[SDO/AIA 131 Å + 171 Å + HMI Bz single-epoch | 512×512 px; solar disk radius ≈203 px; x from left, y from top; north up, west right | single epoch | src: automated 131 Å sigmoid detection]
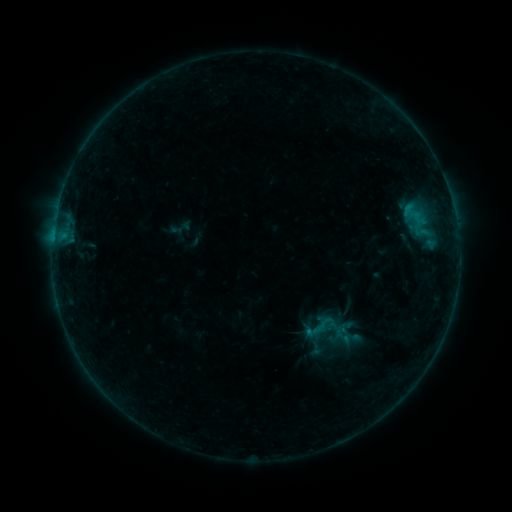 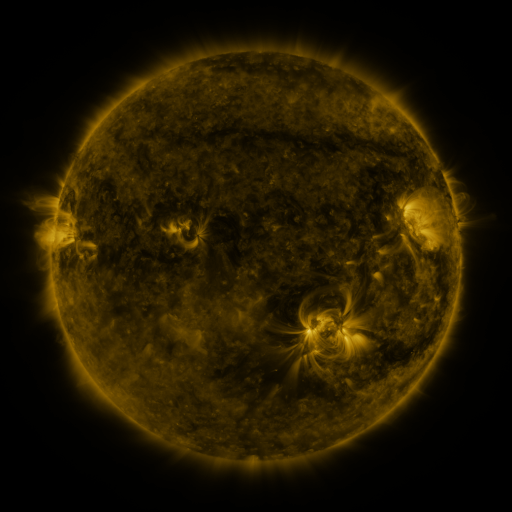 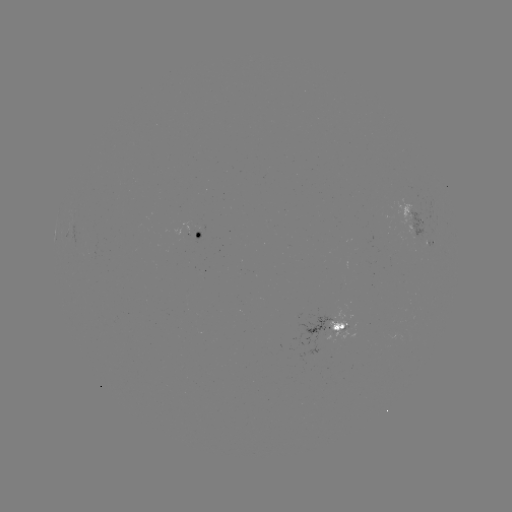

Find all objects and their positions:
sigmoid: (322, 327)
